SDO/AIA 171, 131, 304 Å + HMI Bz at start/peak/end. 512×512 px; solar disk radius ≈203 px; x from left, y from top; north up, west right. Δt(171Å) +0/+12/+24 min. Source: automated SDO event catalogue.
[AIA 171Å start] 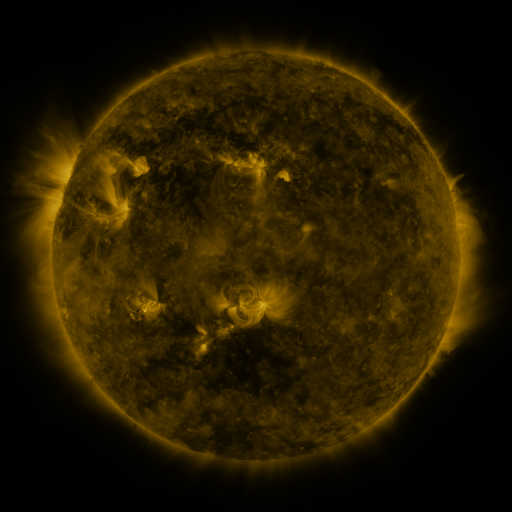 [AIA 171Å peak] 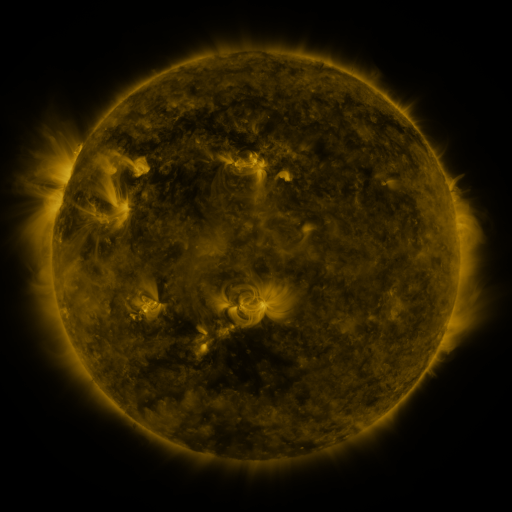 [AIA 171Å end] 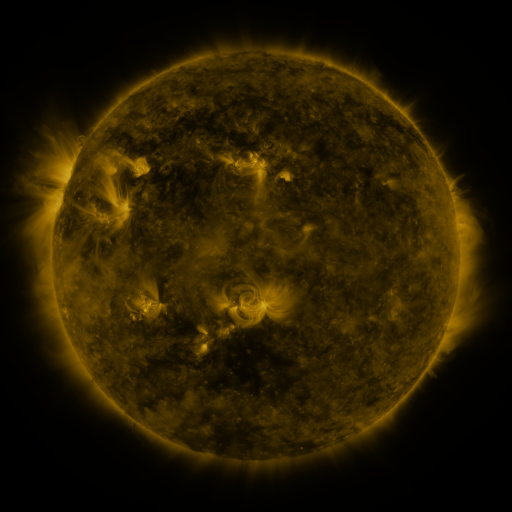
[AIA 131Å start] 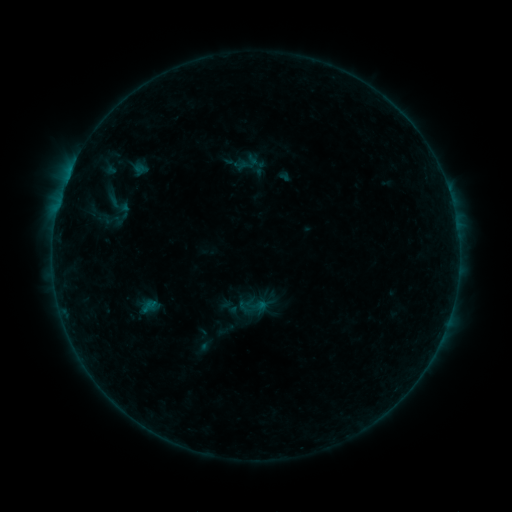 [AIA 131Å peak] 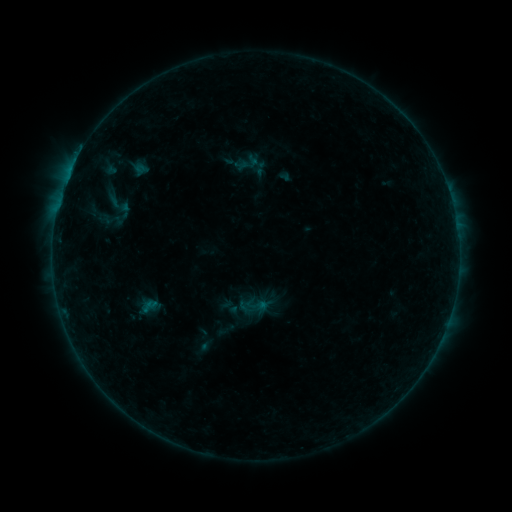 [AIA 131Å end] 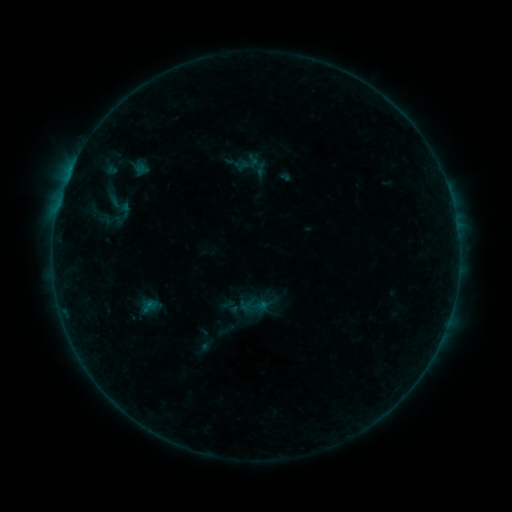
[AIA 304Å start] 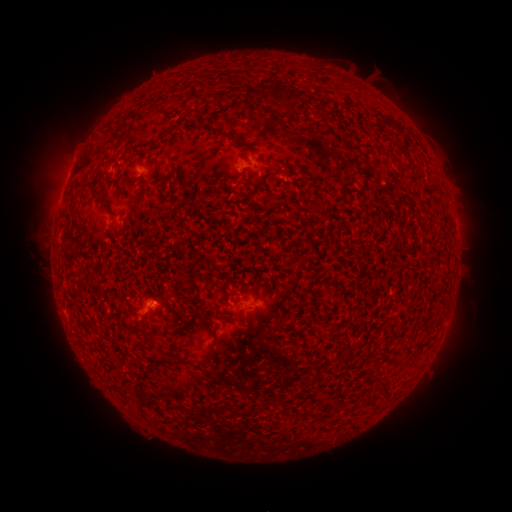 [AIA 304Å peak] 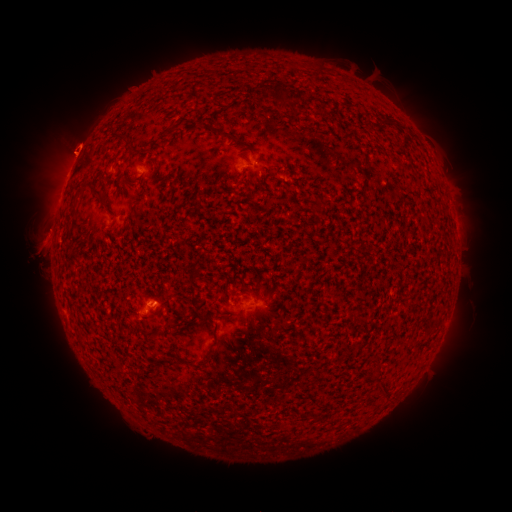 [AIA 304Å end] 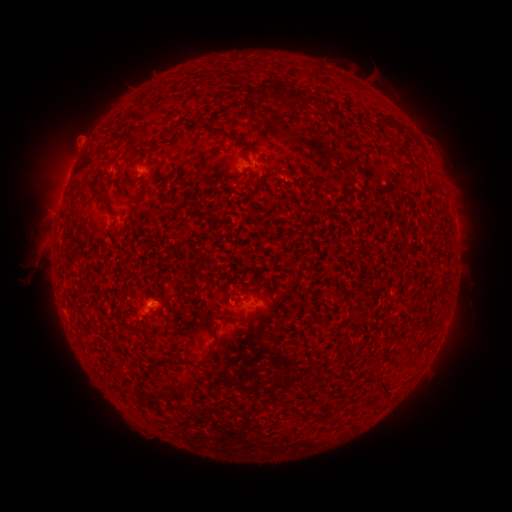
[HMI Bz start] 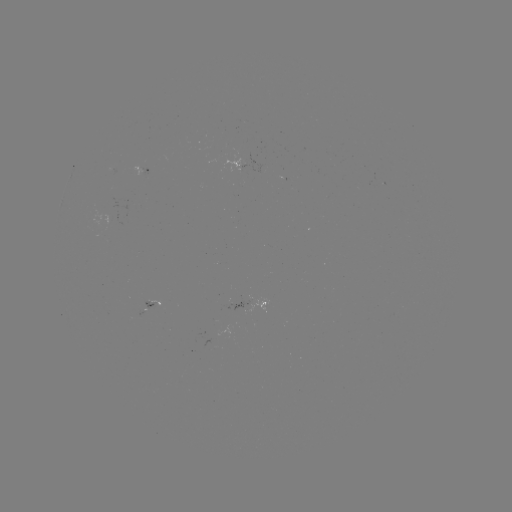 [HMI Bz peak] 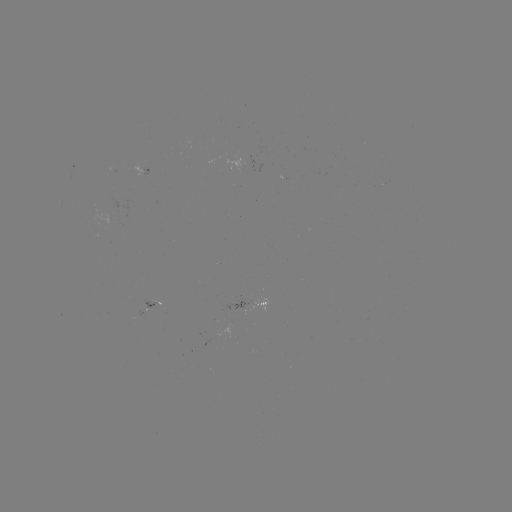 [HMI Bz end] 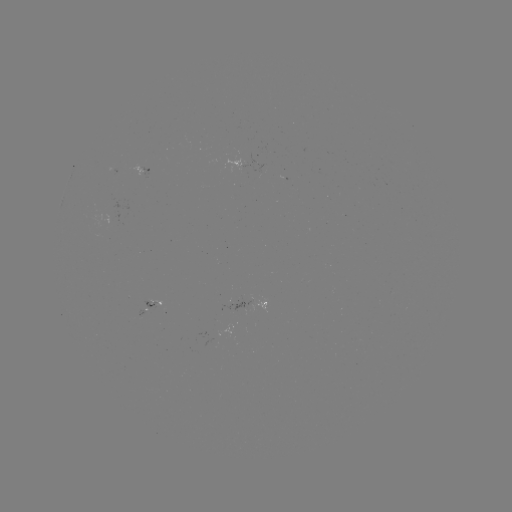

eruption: [13, 109, 107, 180]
